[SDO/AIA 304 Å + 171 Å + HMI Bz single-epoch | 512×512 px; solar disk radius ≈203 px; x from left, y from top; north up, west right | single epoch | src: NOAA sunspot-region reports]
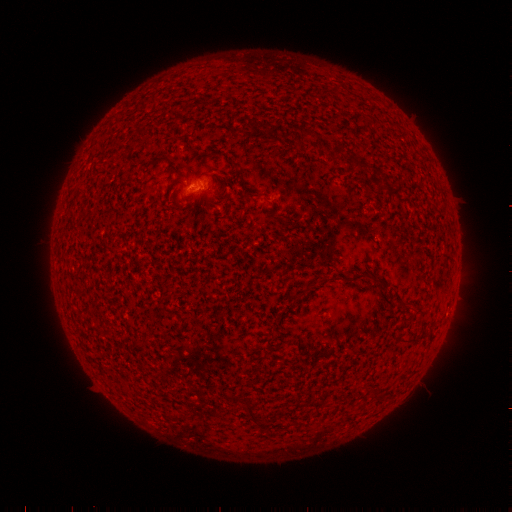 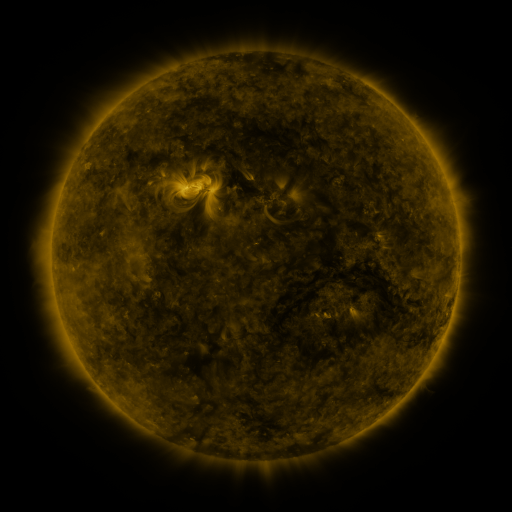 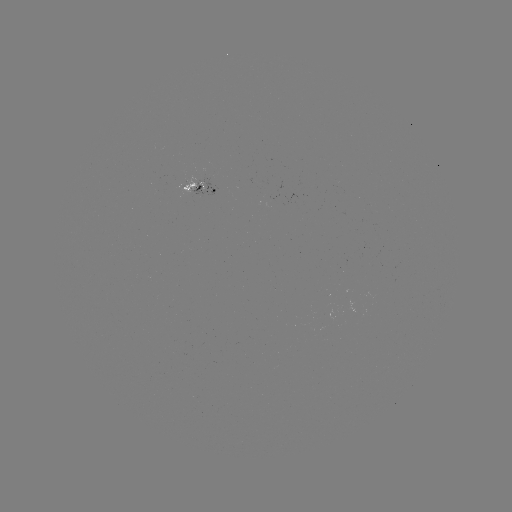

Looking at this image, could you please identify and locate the spotted active region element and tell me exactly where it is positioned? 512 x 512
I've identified spotted active region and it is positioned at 202,186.